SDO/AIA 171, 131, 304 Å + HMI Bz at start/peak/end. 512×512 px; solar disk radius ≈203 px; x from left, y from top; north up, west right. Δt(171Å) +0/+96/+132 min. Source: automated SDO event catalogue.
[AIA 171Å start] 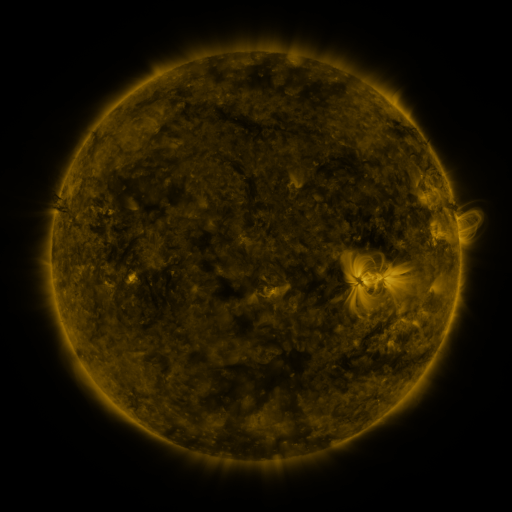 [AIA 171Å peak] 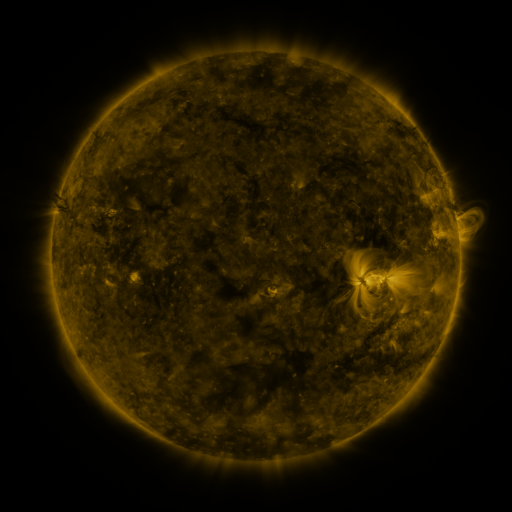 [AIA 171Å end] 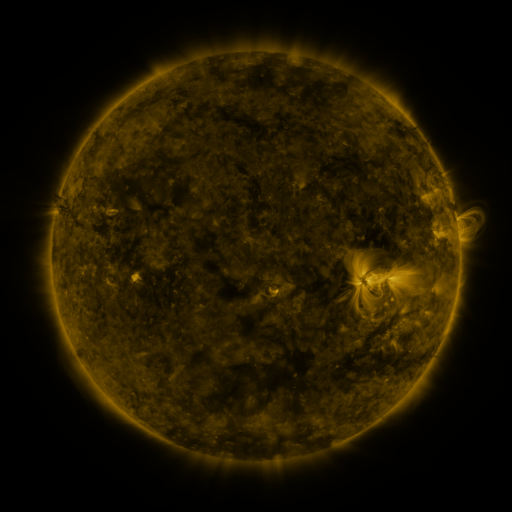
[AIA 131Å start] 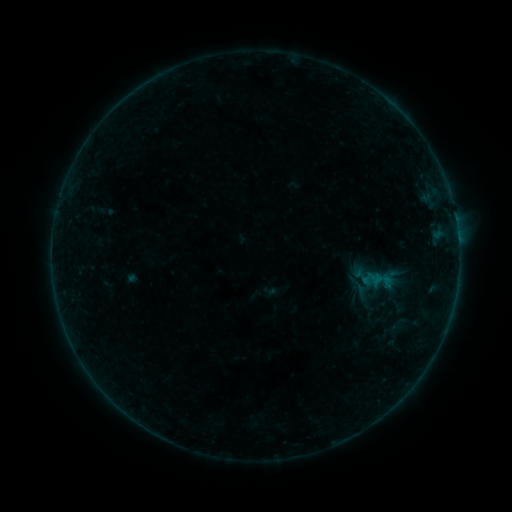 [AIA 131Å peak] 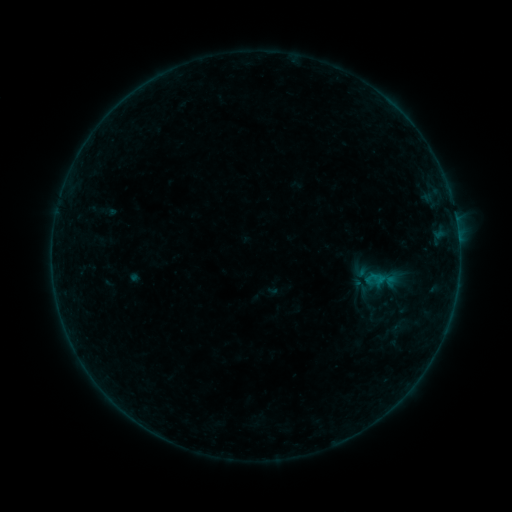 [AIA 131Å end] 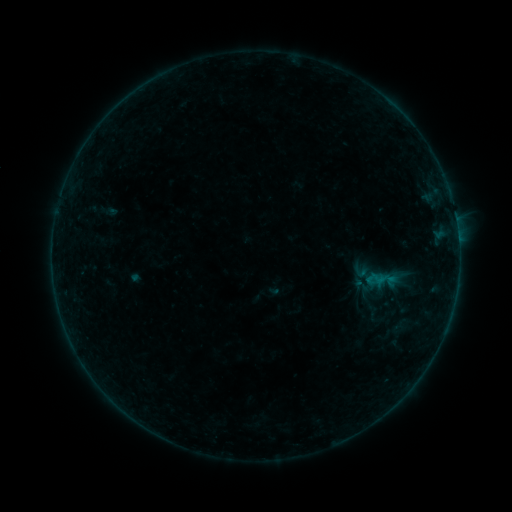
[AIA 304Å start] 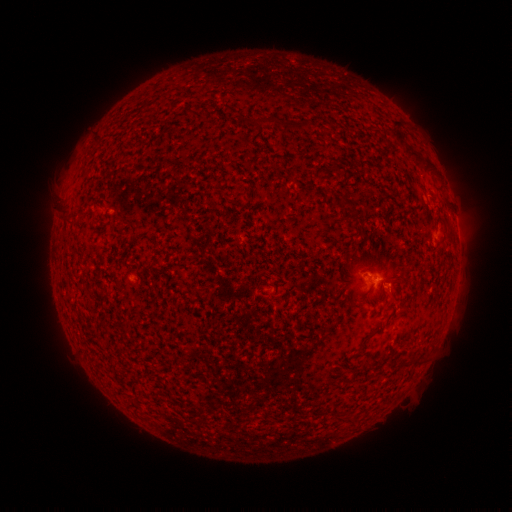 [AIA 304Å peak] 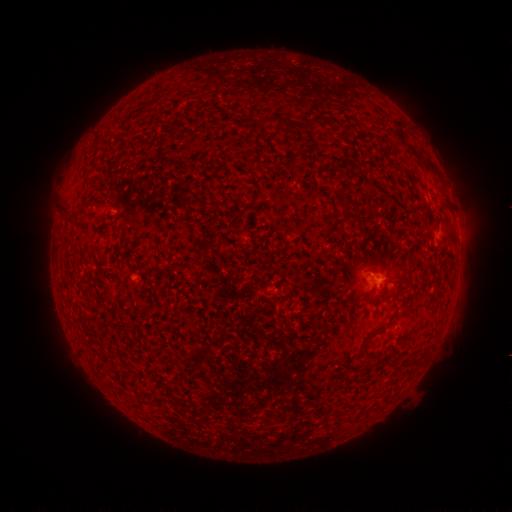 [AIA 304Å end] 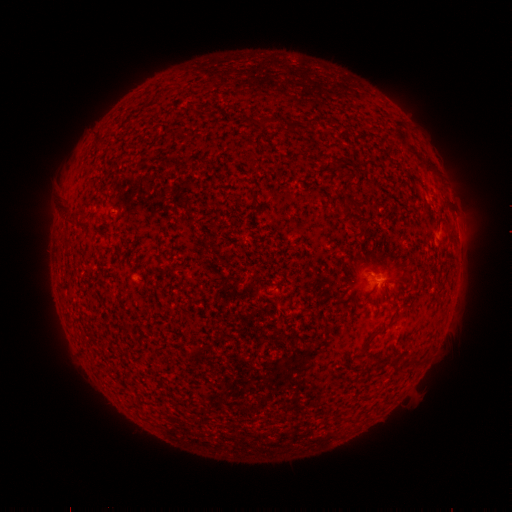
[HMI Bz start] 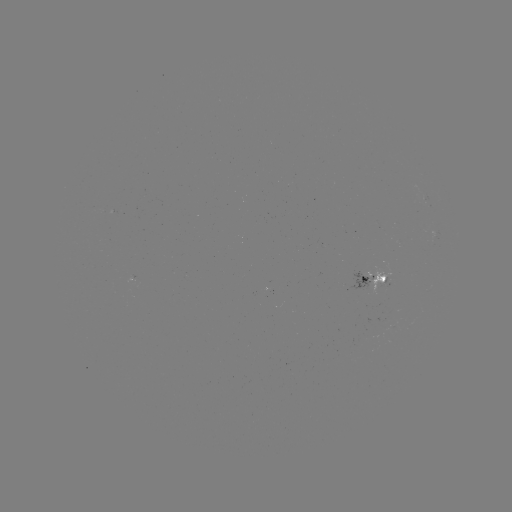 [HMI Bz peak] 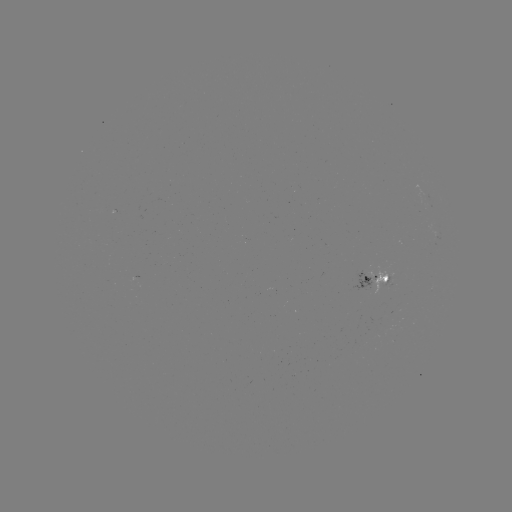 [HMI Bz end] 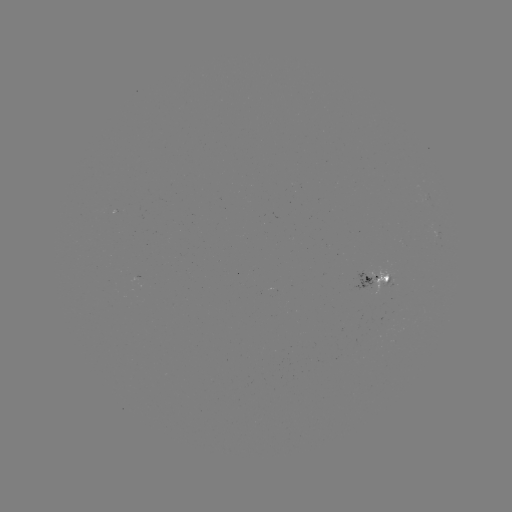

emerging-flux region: [374, 267, 391, 290]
